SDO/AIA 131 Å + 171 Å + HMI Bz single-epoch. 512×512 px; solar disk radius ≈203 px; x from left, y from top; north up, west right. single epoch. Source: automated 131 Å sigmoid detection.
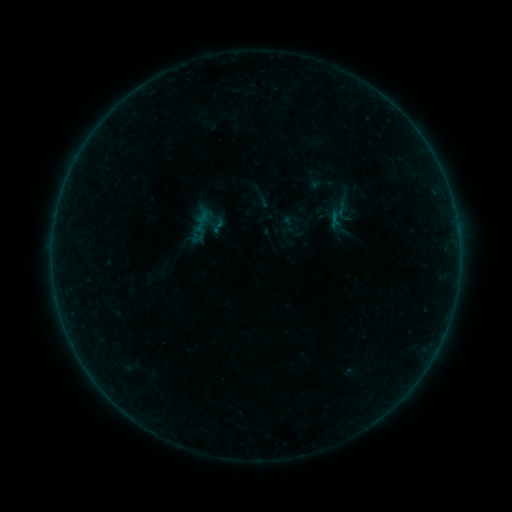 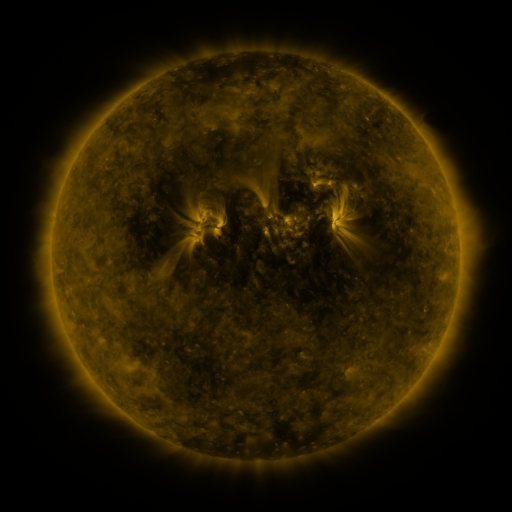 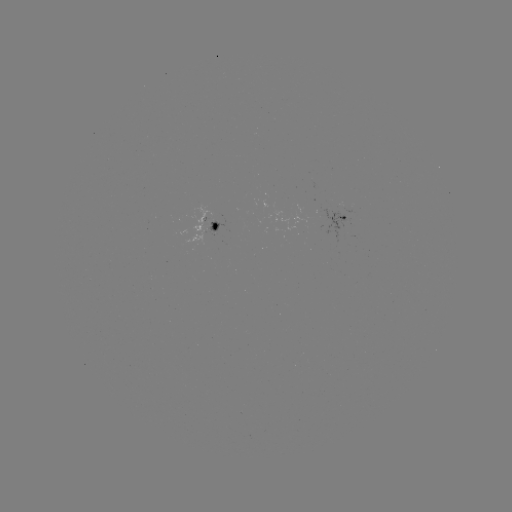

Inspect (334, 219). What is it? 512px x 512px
sigmoid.